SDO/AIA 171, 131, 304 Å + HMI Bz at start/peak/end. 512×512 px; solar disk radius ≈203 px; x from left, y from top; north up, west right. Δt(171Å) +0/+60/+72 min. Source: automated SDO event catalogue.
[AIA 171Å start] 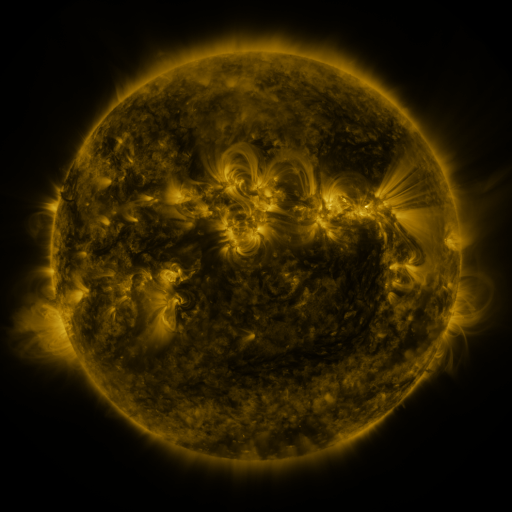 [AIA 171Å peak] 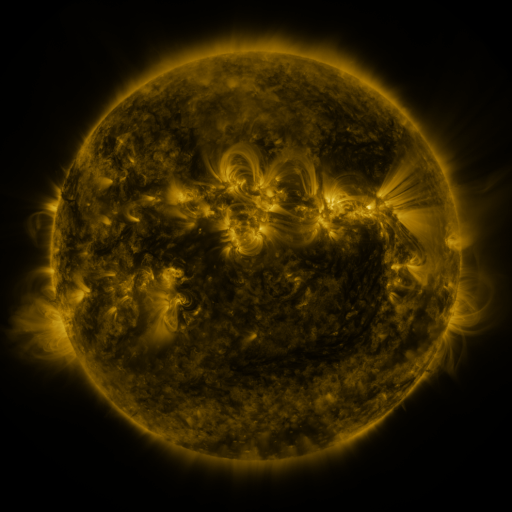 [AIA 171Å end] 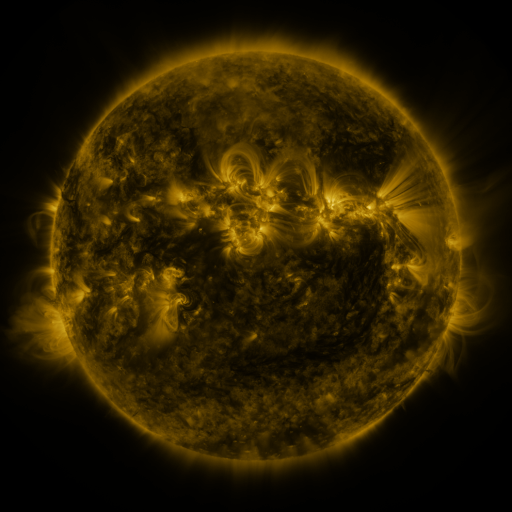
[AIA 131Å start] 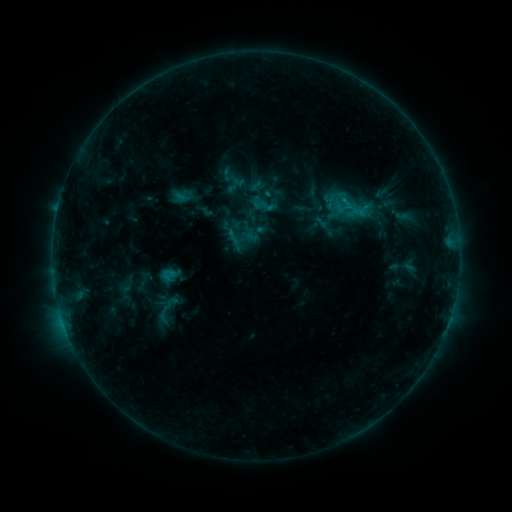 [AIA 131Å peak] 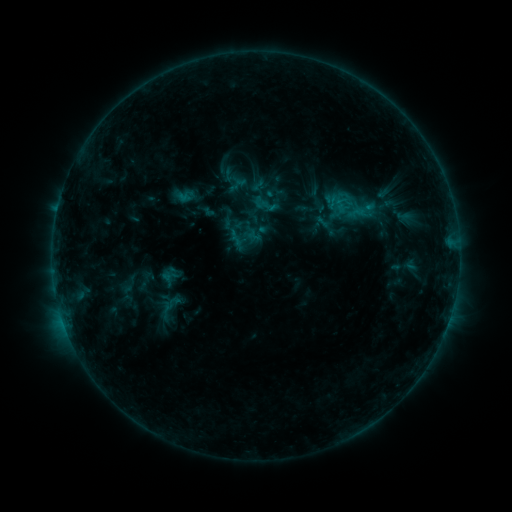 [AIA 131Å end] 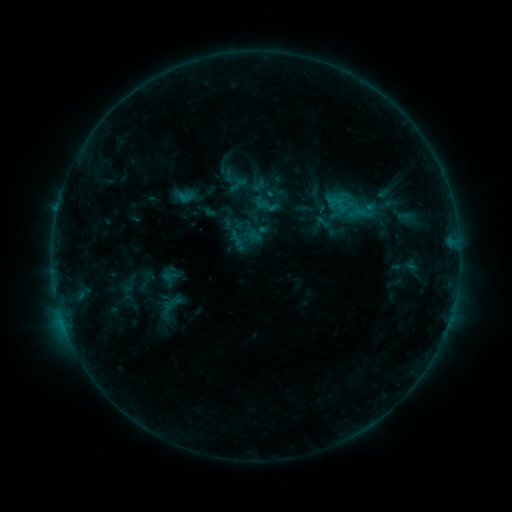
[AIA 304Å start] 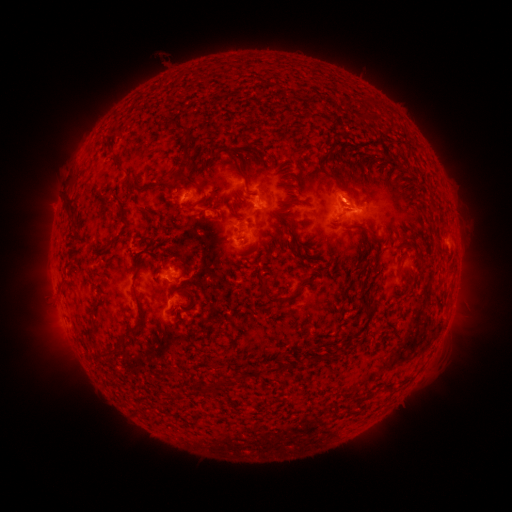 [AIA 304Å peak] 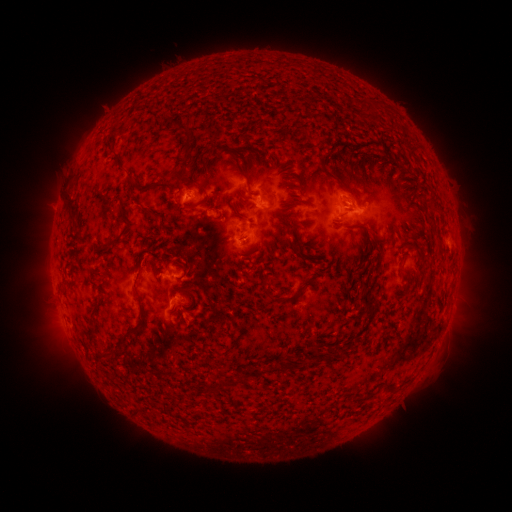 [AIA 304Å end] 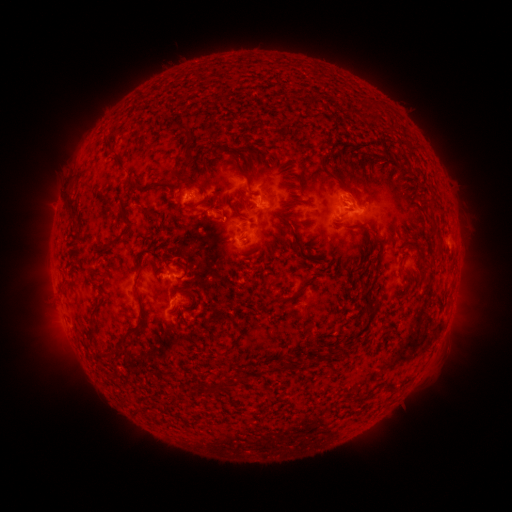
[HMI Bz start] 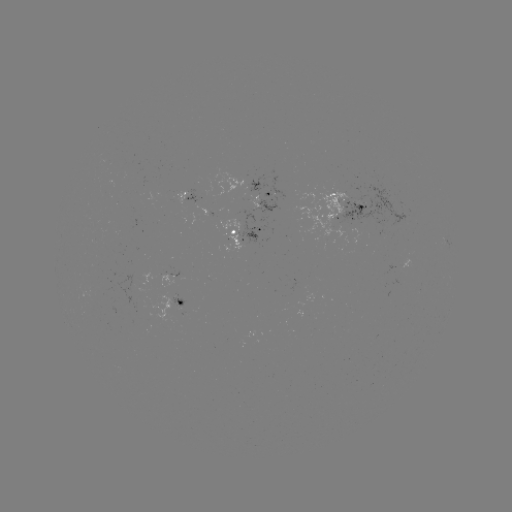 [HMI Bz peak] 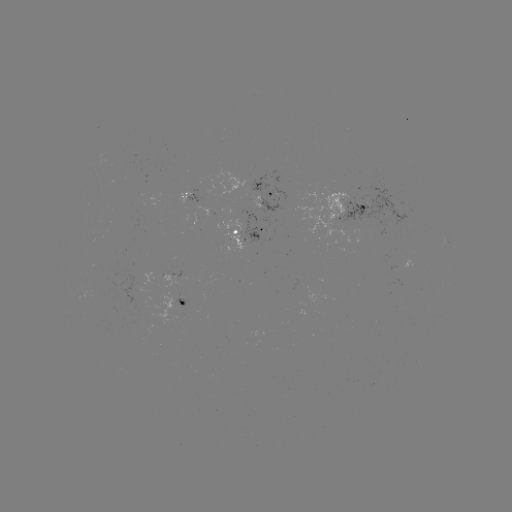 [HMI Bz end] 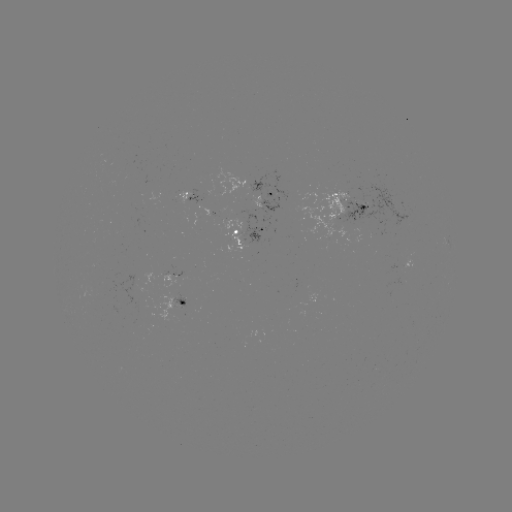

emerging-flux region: (295, 185, 358, 244)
